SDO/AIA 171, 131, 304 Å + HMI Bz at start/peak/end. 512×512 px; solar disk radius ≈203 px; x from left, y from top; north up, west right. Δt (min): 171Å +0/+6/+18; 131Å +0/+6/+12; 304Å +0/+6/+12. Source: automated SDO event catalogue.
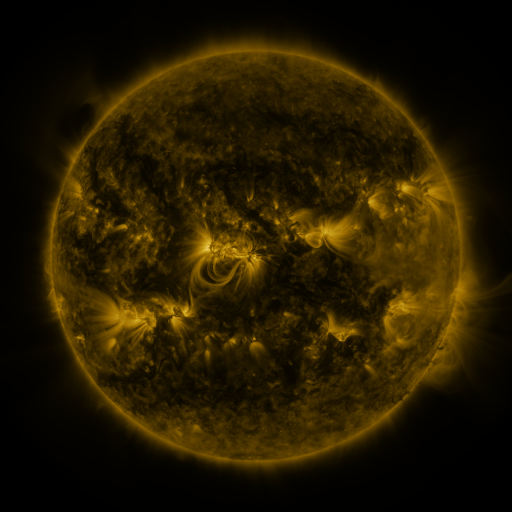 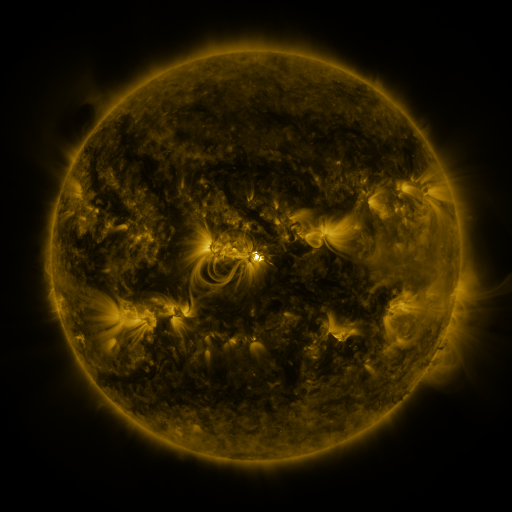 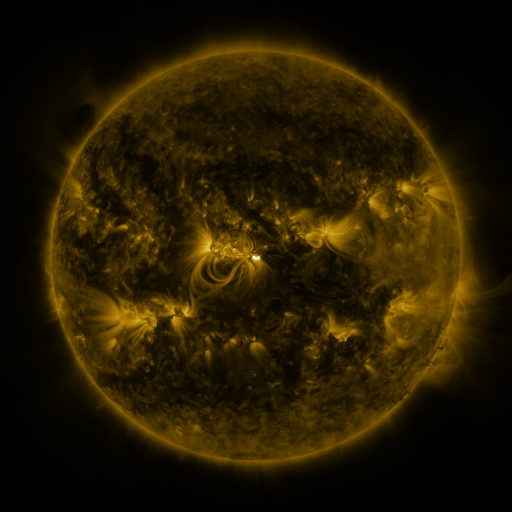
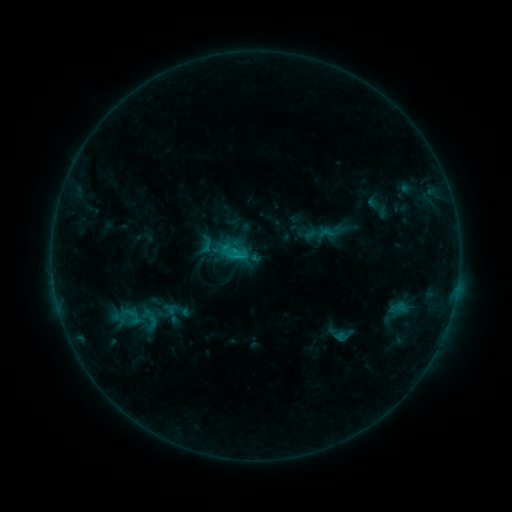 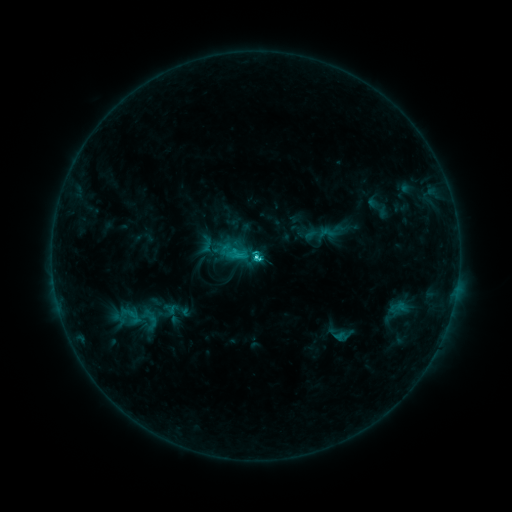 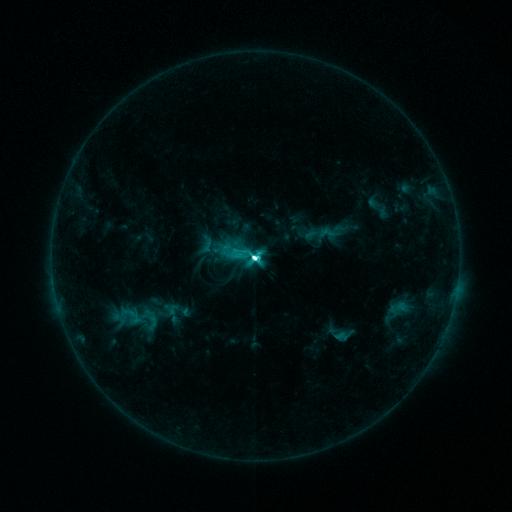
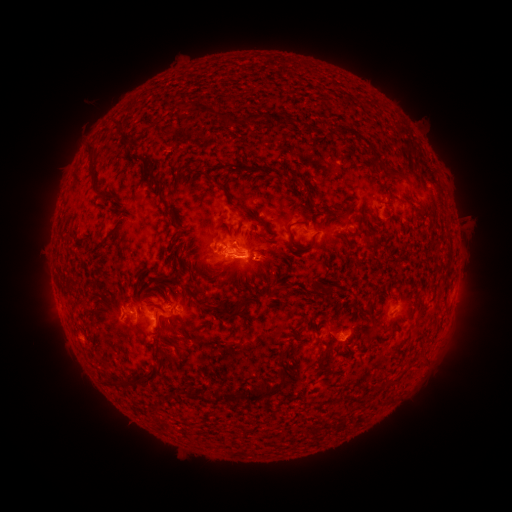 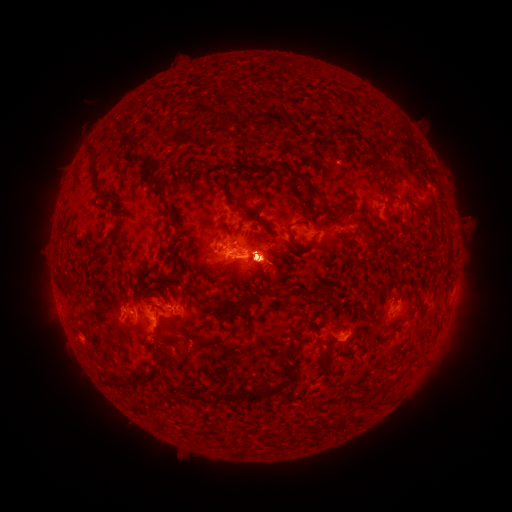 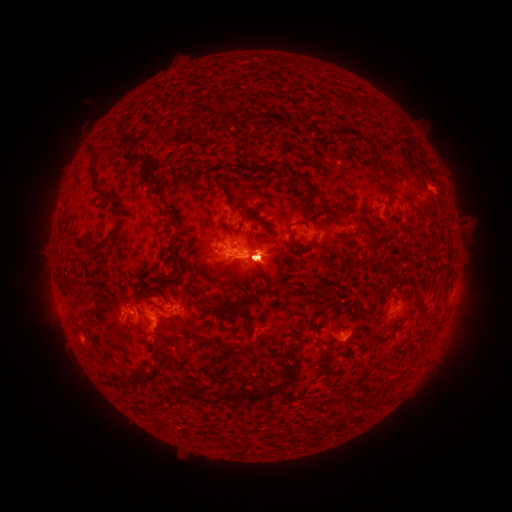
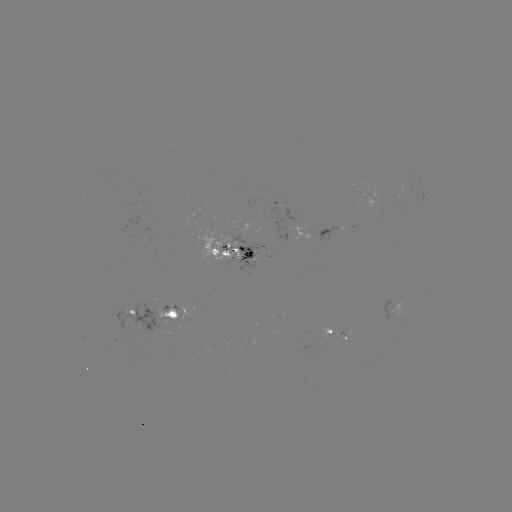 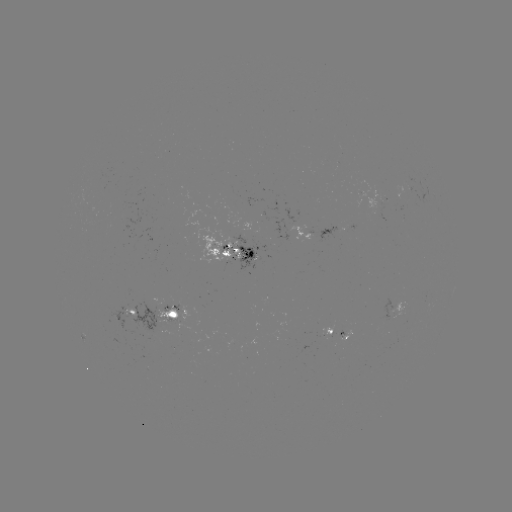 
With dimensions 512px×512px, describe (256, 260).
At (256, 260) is M4.2 flare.